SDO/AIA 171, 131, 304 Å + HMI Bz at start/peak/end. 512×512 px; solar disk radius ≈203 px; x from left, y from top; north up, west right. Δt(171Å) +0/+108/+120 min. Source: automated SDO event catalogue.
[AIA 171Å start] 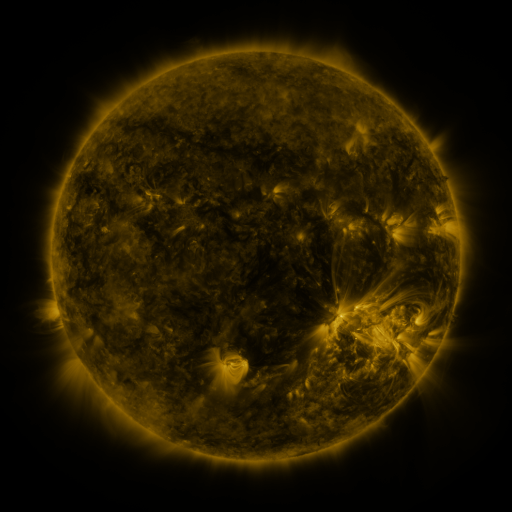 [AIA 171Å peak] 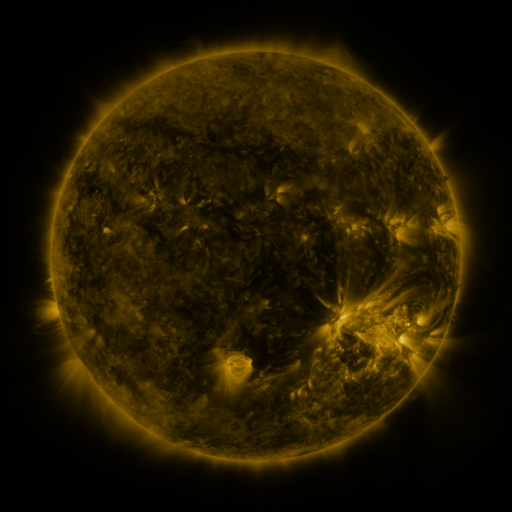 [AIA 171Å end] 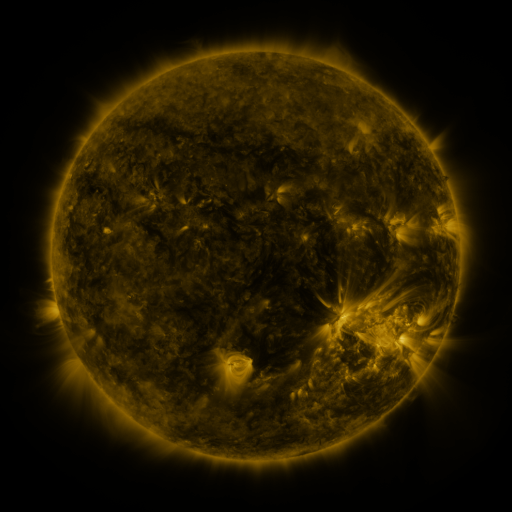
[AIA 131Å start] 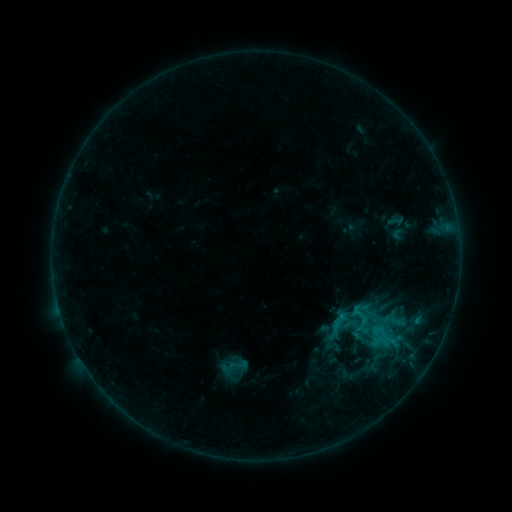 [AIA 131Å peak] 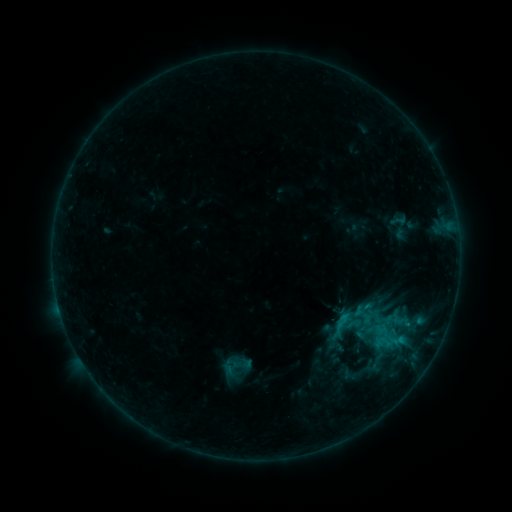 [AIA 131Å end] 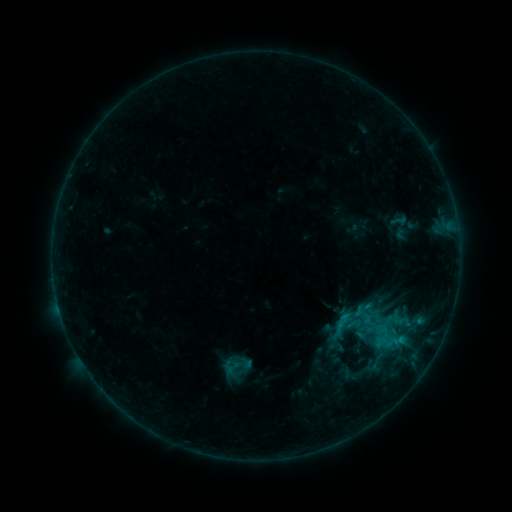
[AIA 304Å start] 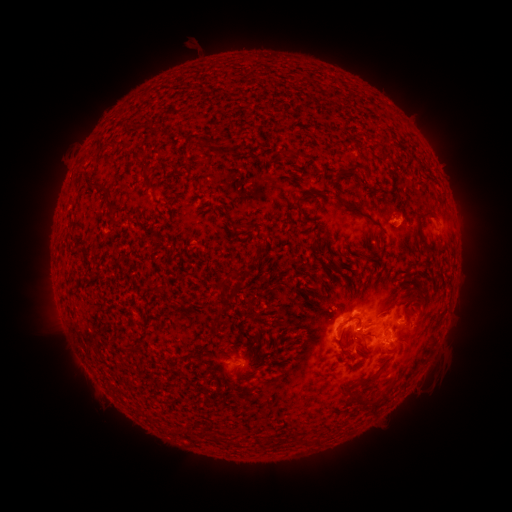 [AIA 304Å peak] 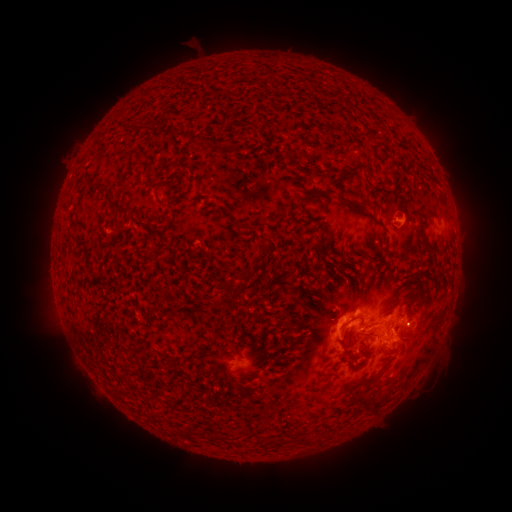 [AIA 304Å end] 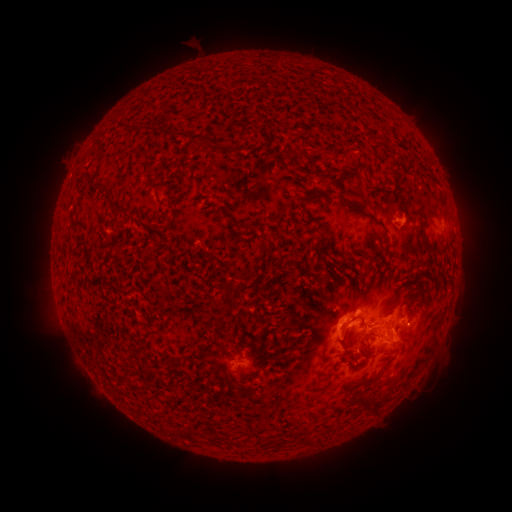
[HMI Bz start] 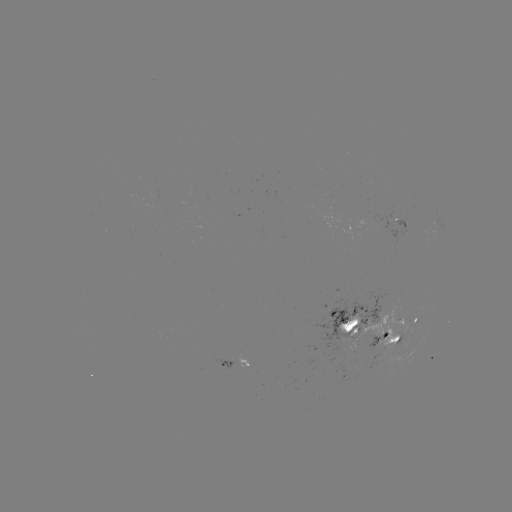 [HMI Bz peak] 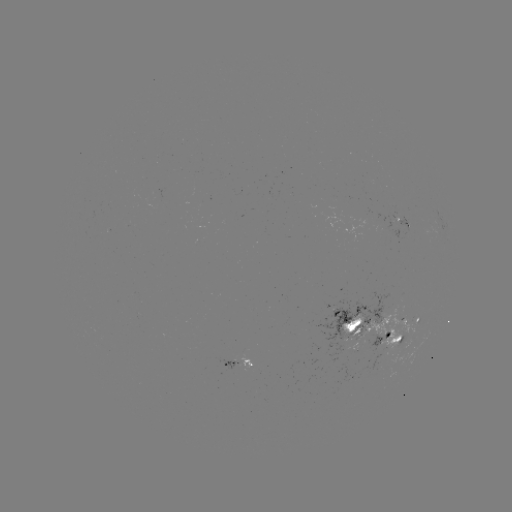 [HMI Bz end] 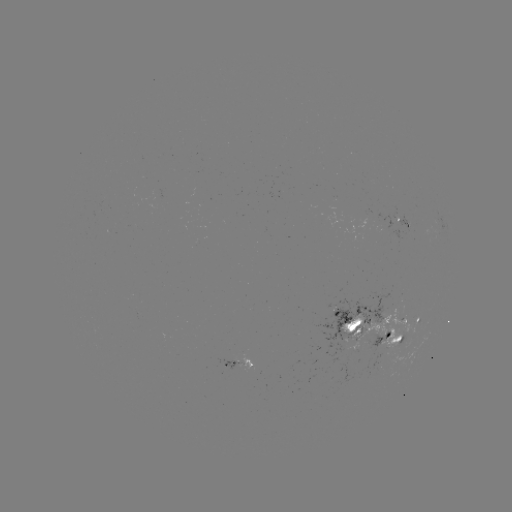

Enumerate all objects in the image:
emerging-flux region: (343, 312)
